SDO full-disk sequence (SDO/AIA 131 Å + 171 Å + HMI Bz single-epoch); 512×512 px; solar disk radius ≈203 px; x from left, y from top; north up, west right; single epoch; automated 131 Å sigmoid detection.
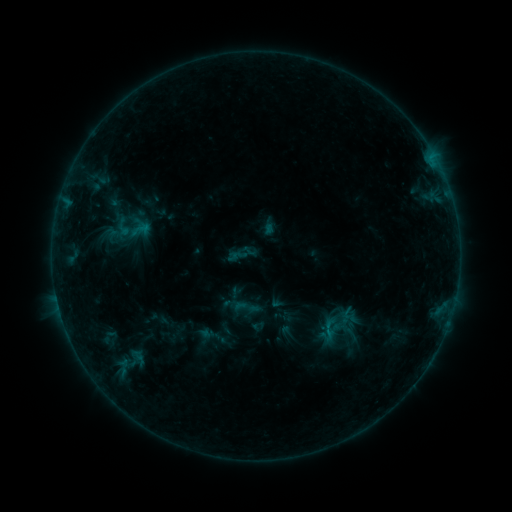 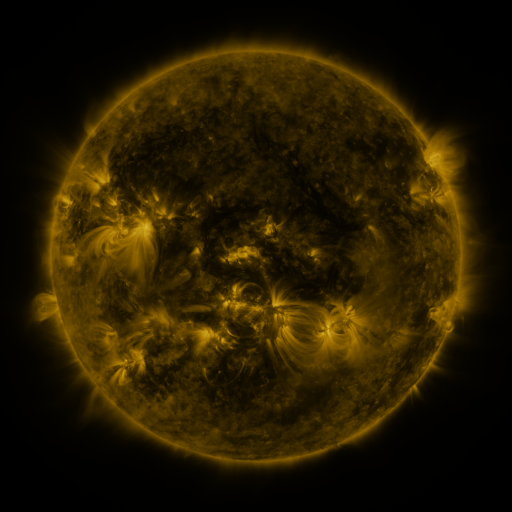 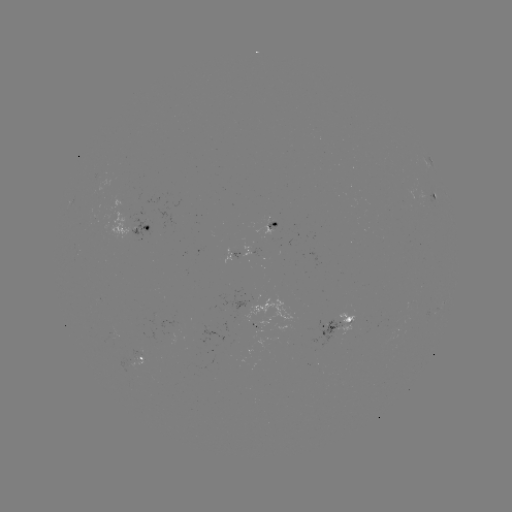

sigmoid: <bbox>232, 293, 260, 321</bbox>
